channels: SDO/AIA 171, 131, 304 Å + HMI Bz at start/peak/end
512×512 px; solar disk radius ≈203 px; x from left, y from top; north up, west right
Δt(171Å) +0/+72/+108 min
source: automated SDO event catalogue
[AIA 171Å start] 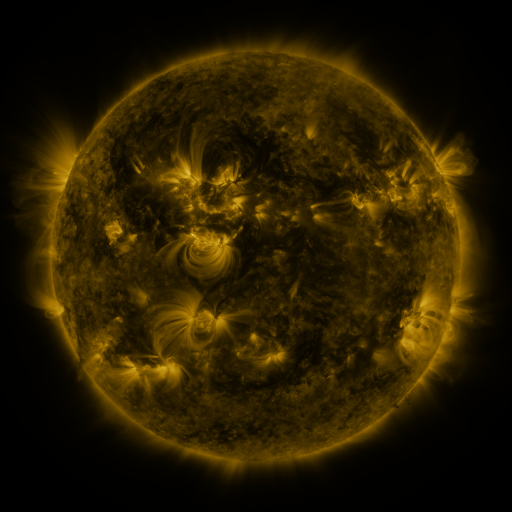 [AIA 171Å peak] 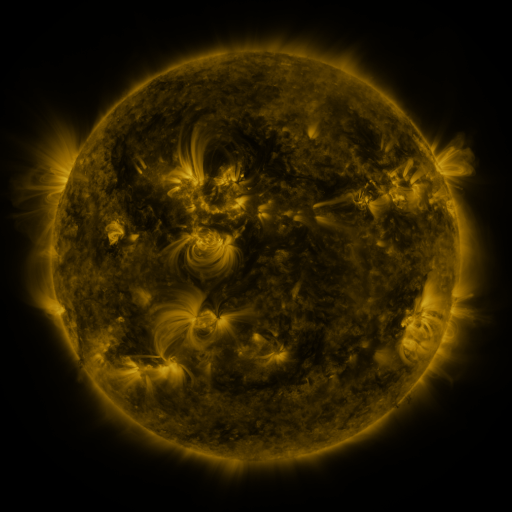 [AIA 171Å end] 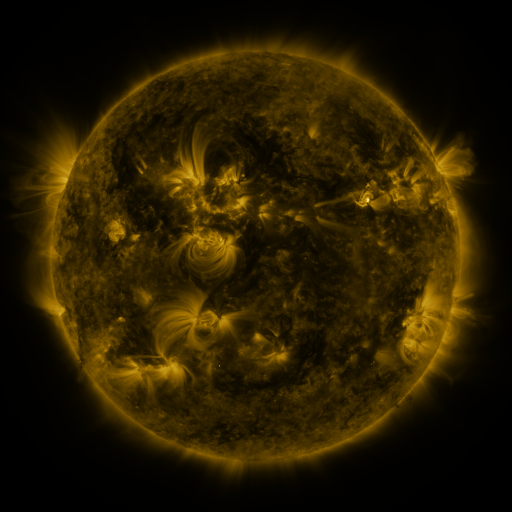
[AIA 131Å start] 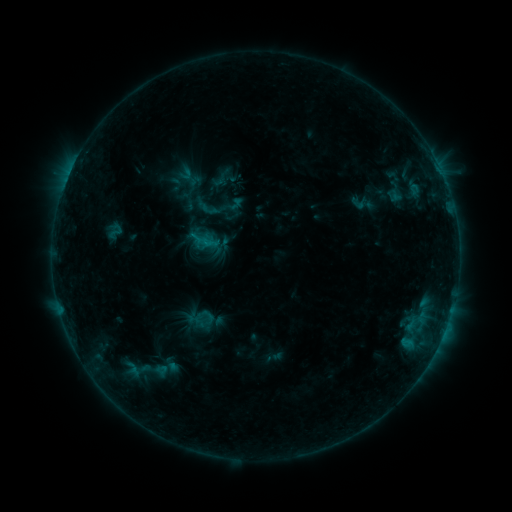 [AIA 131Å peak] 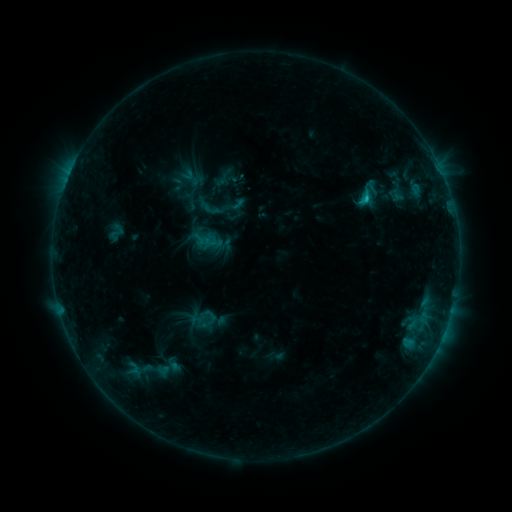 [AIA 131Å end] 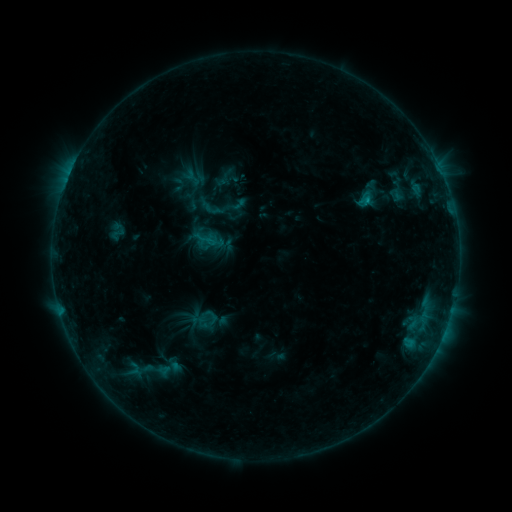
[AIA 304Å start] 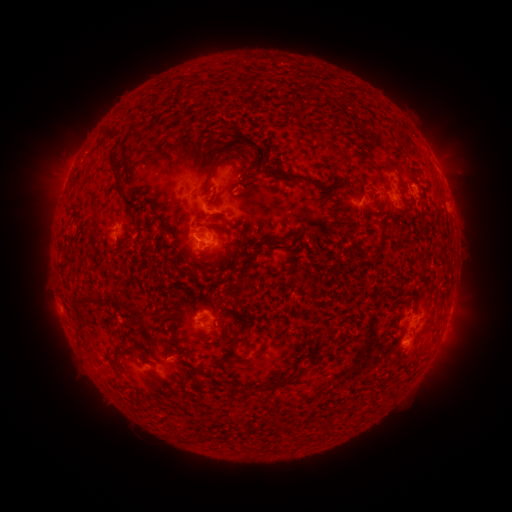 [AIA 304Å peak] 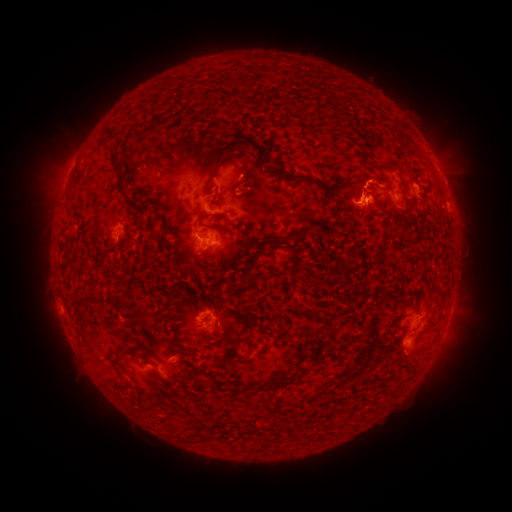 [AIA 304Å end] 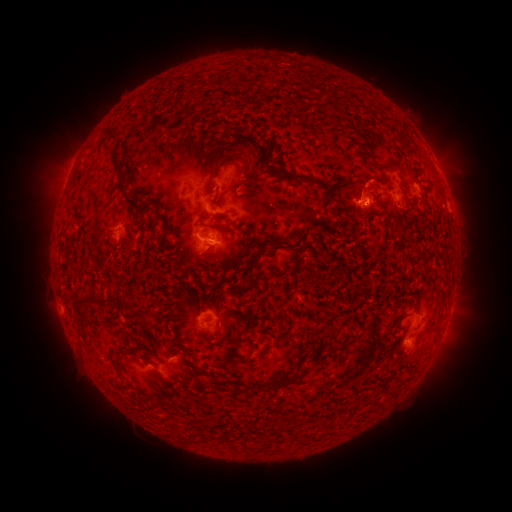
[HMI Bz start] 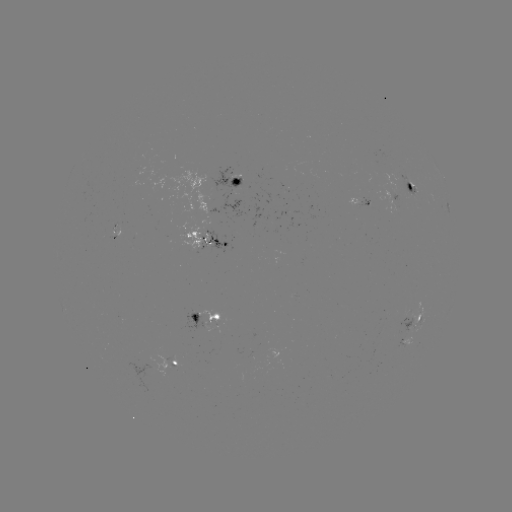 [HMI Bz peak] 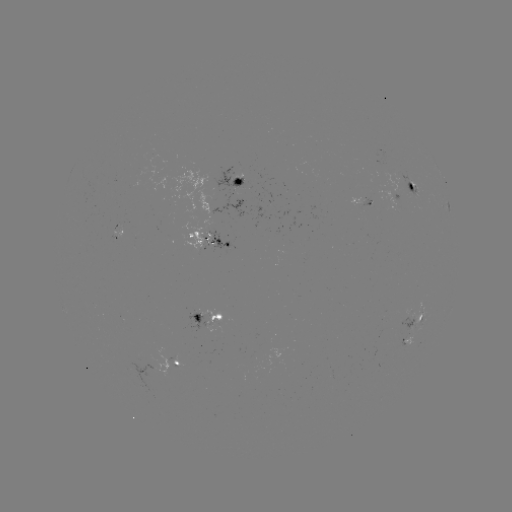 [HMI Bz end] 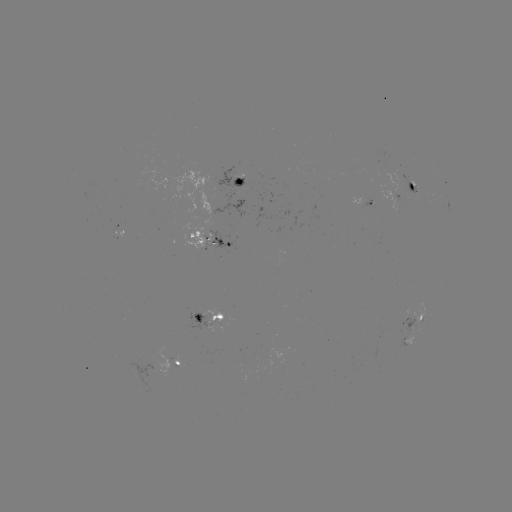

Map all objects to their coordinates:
emerging-flux region: (413, 184)
